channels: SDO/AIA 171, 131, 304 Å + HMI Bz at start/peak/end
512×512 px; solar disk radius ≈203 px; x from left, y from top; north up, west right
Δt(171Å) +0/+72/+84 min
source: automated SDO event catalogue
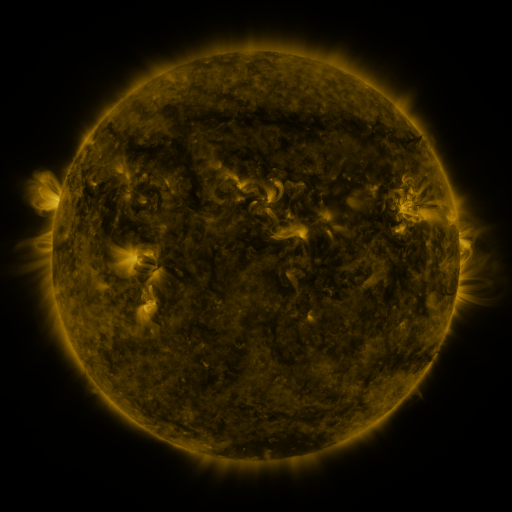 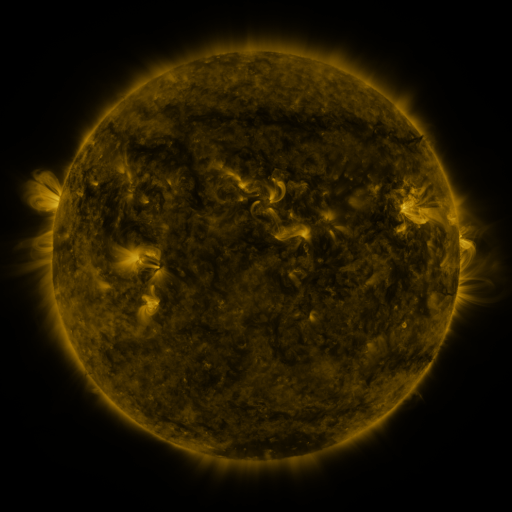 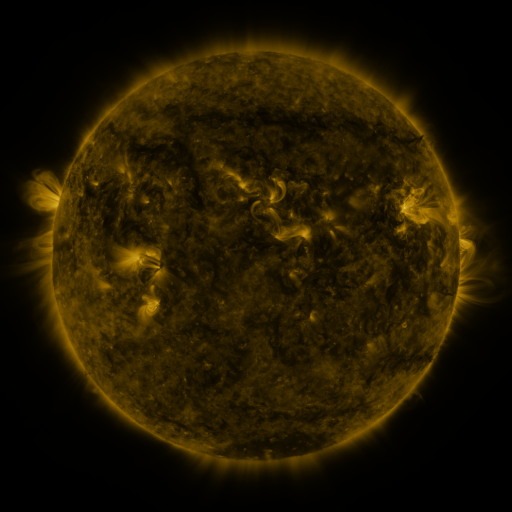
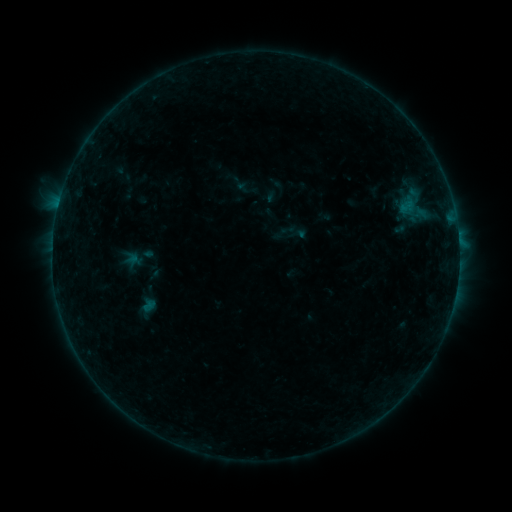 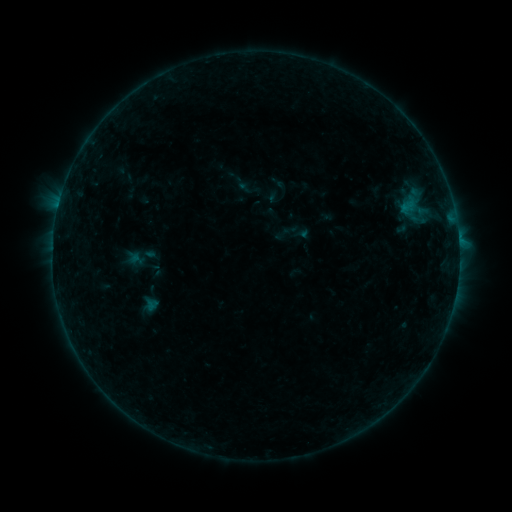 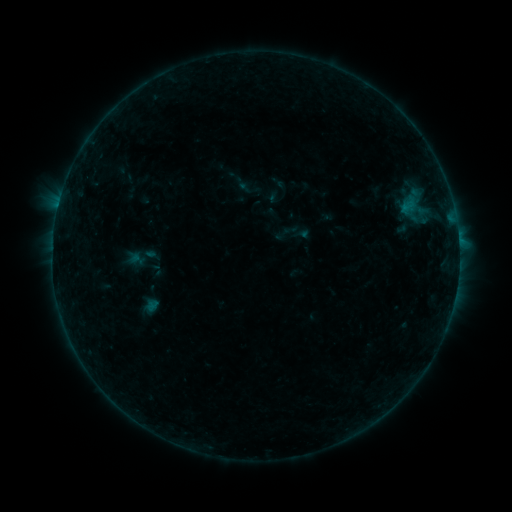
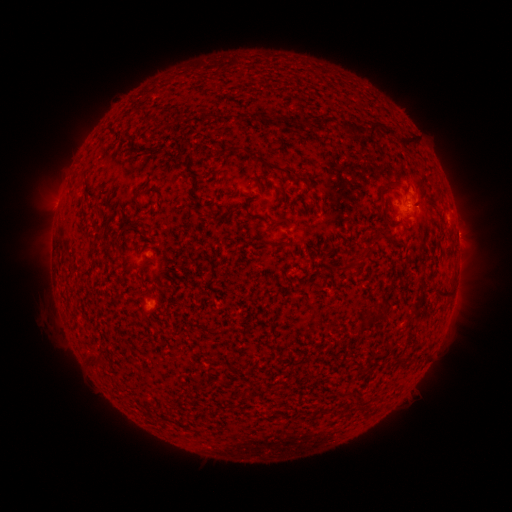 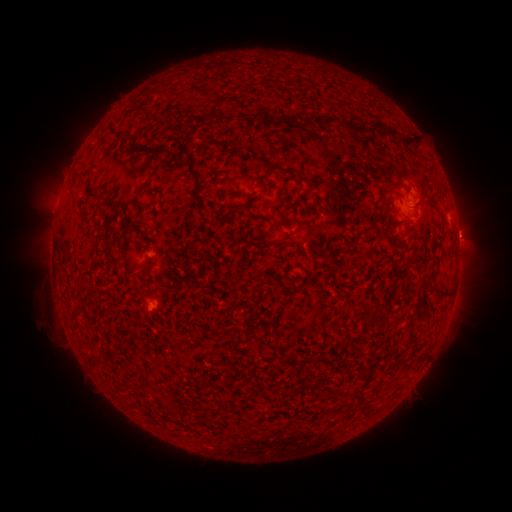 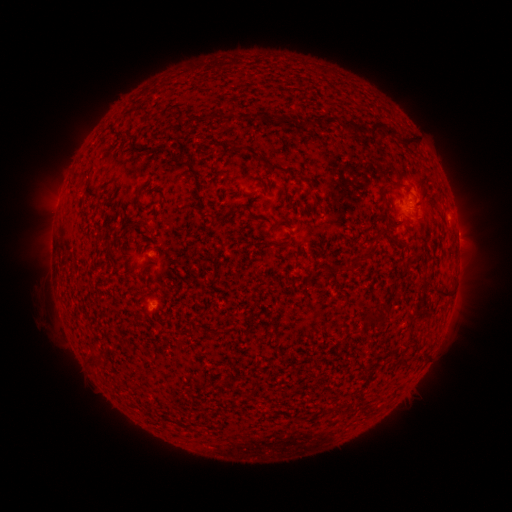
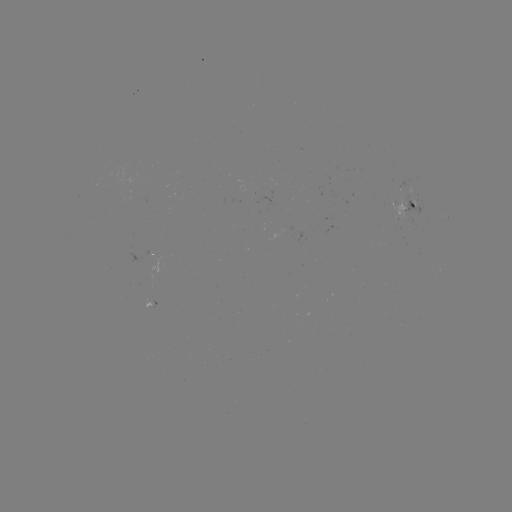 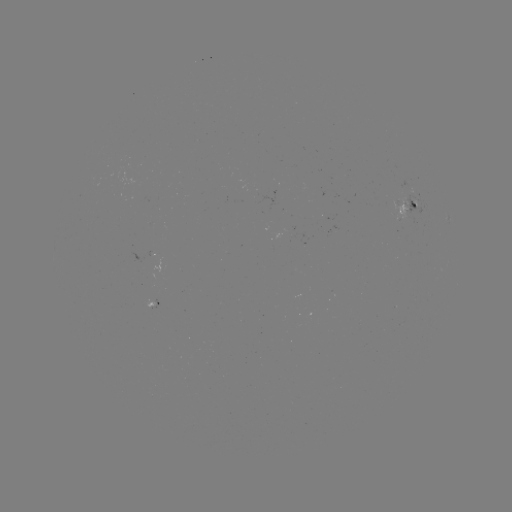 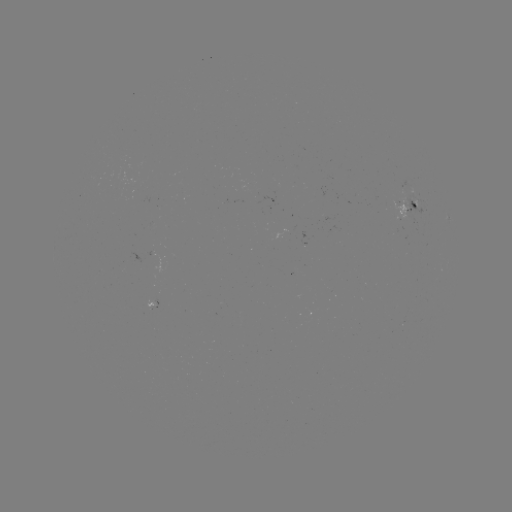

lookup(emerging-flux region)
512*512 [405, 213]